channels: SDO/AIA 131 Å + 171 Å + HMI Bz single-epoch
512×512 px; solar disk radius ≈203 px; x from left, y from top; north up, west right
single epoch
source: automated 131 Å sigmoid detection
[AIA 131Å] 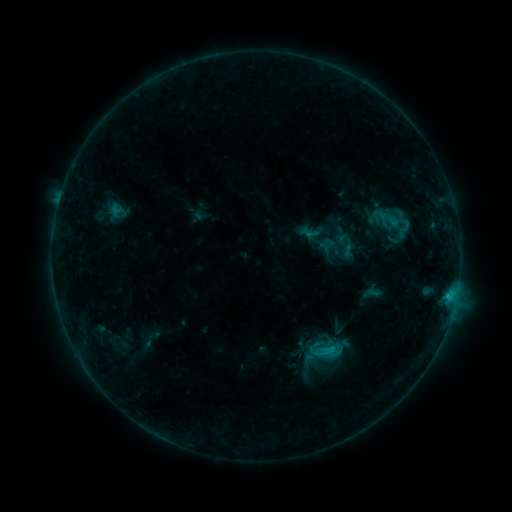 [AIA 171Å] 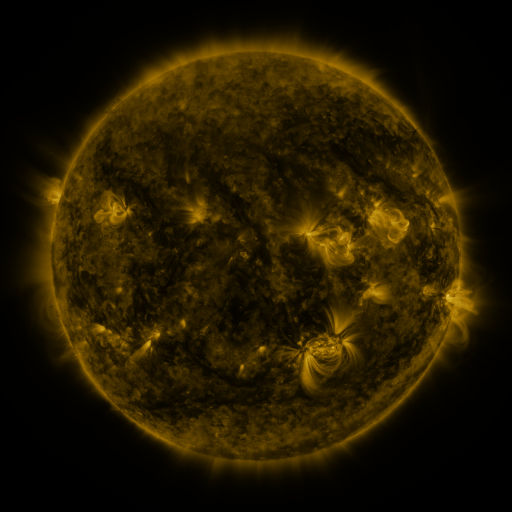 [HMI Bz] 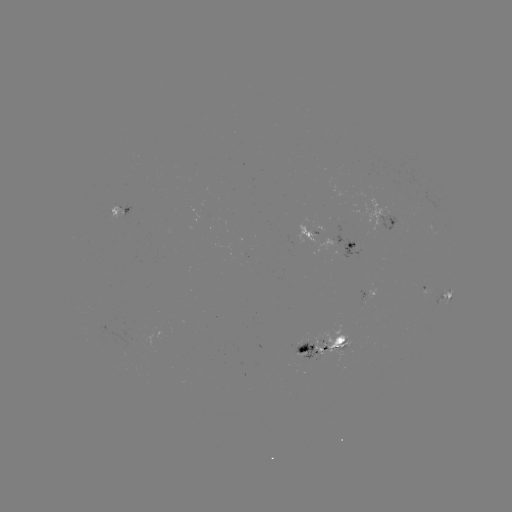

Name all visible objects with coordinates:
sigmoid: (367, 207, 394, 227)
